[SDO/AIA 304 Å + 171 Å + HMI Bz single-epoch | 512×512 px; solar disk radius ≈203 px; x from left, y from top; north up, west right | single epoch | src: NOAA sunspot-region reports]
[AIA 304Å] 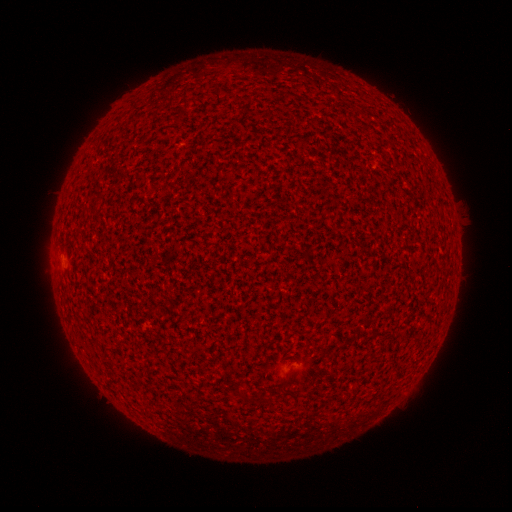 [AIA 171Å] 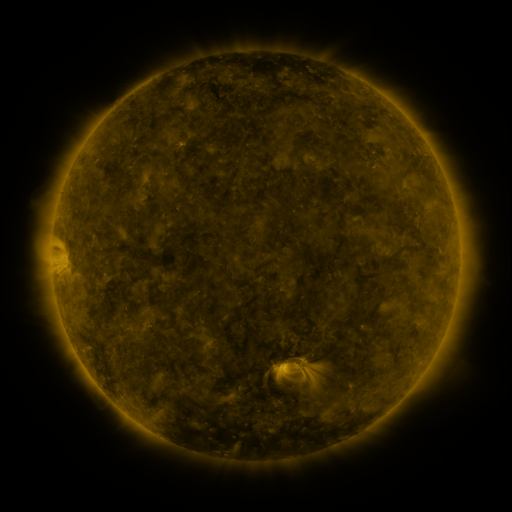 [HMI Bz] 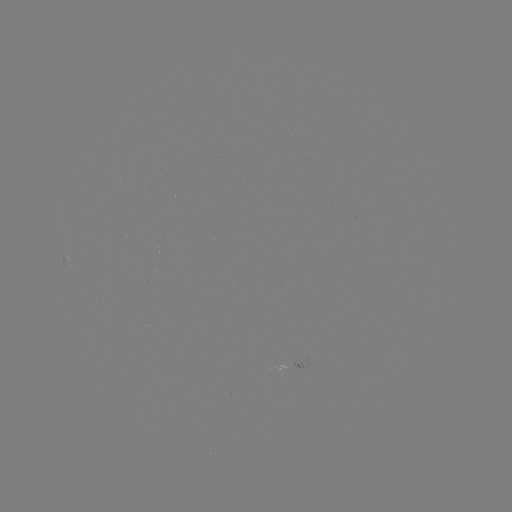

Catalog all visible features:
(none)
